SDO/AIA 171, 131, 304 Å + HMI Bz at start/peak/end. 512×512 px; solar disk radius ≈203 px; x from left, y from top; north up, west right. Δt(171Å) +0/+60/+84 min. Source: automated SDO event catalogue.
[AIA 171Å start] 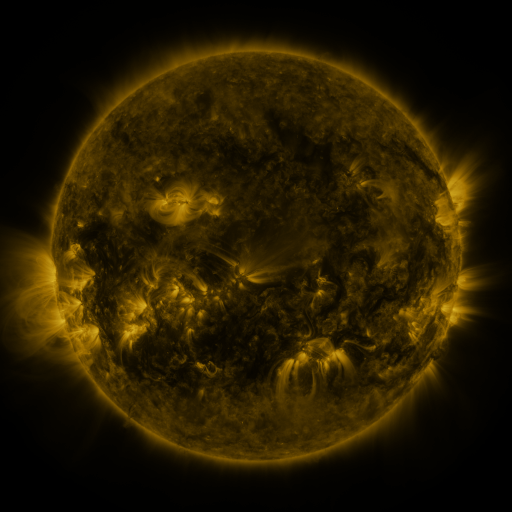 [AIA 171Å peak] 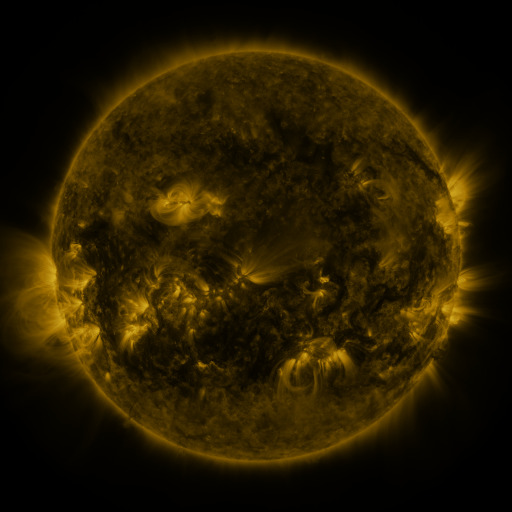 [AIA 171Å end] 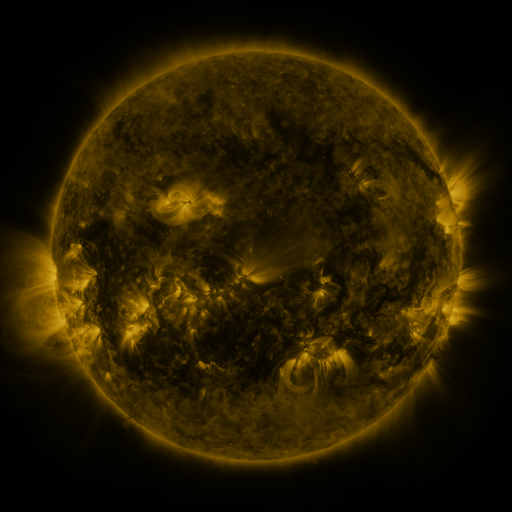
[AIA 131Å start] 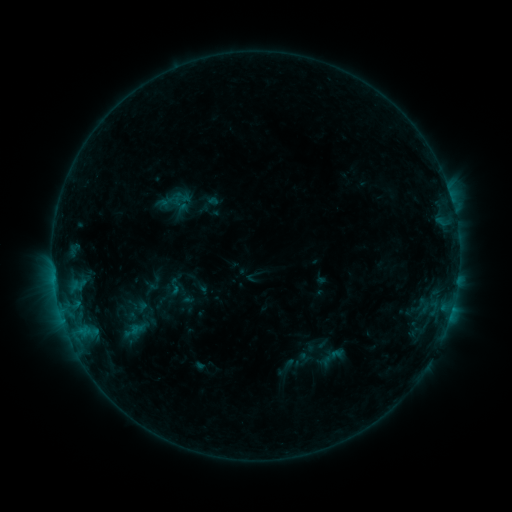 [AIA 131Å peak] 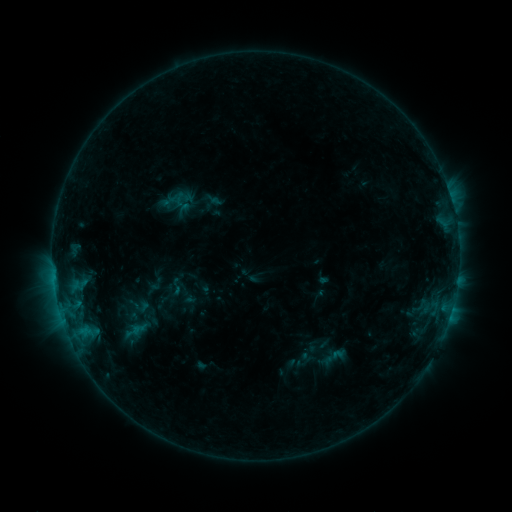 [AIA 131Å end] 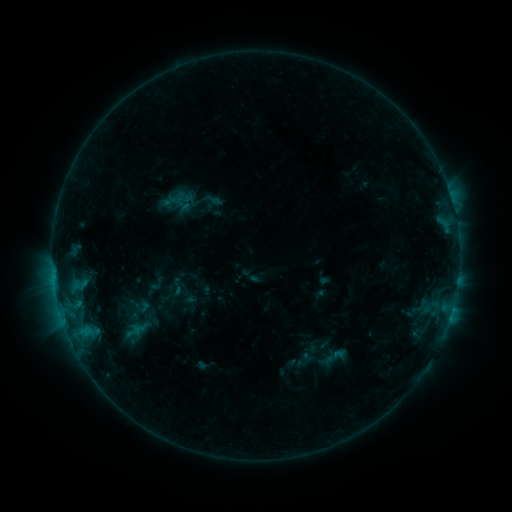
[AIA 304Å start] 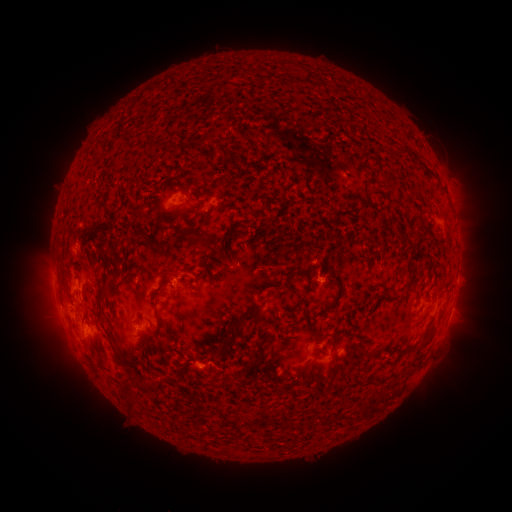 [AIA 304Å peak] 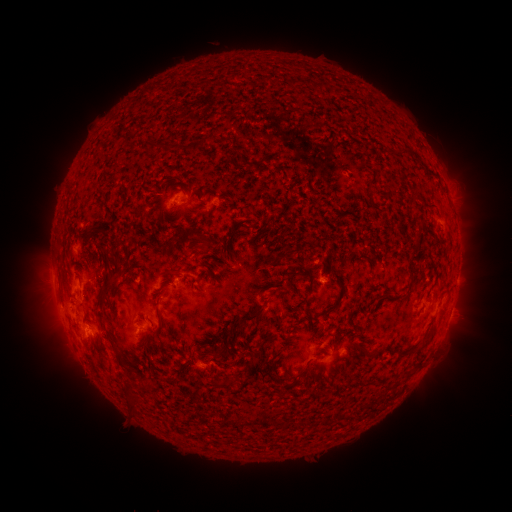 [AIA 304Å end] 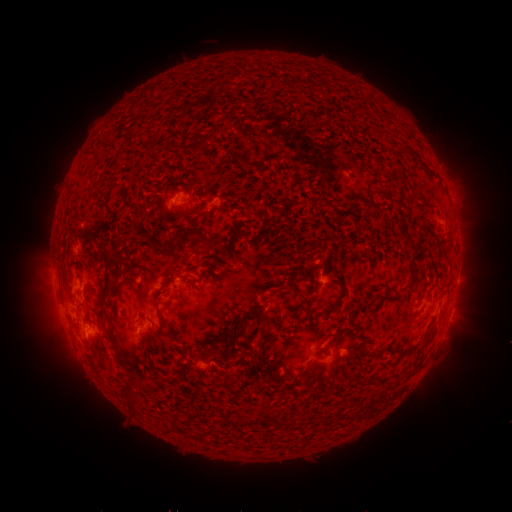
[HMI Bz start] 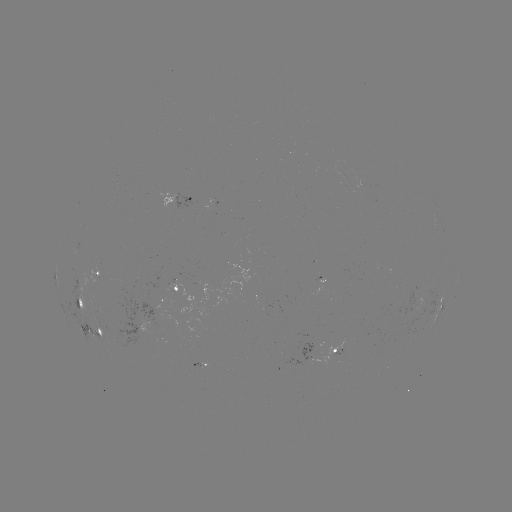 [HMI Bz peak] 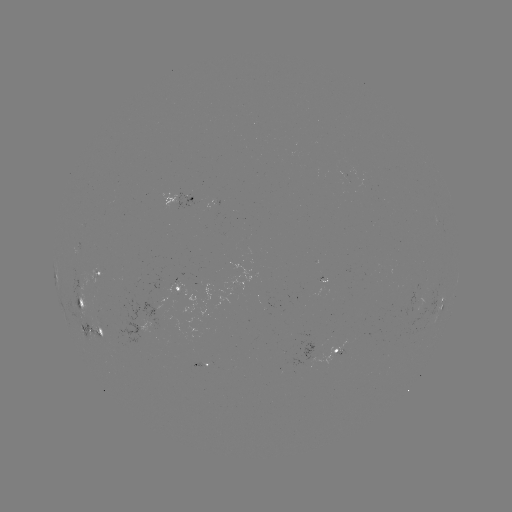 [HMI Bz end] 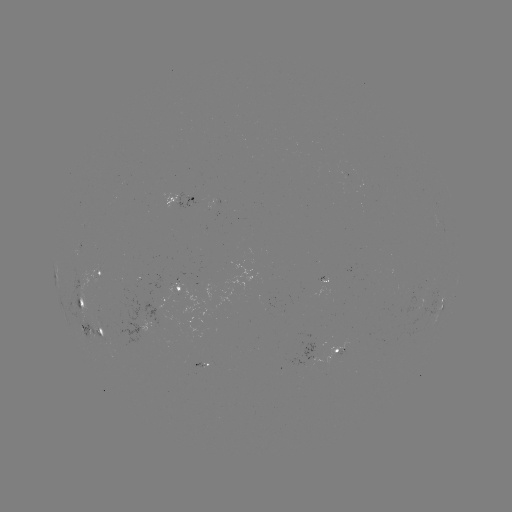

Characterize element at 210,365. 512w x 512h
emerging-flux region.